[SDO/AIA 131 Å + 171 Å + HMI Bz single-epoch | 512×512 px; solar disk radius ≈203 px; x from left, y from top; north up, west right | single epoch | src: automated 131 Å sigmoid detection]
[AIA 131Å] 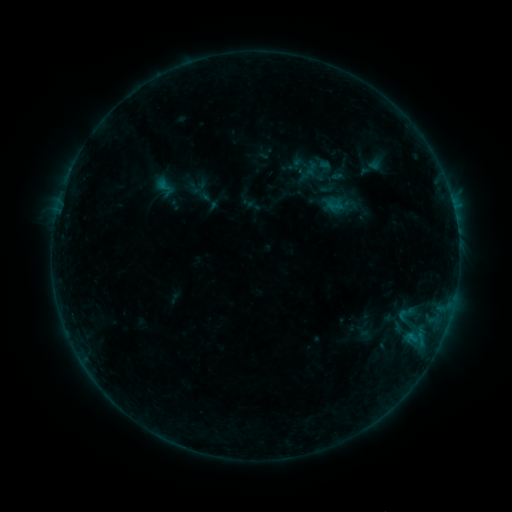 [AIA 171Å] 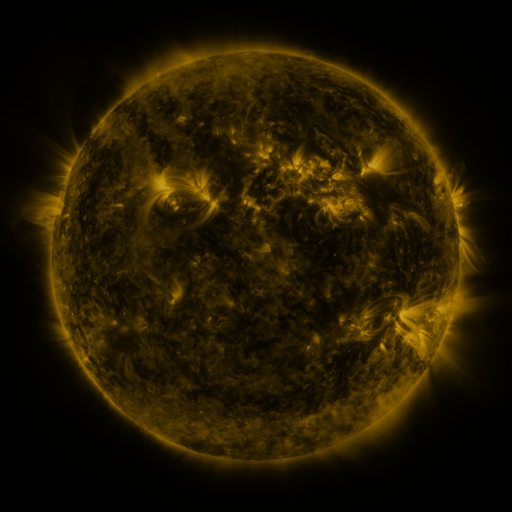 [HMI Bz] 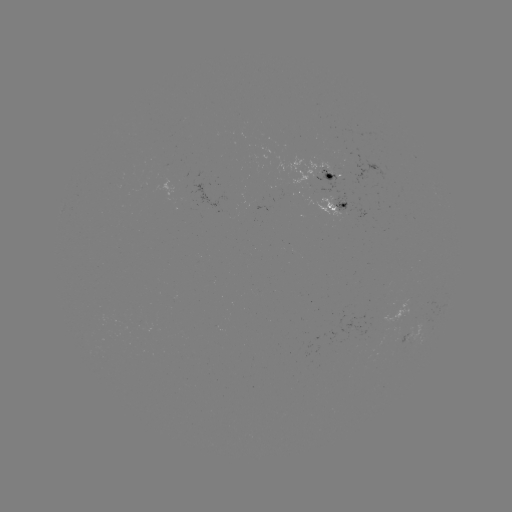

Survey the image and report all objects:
sigmoid: [155, 176, 175, 196]
sigmoid: [396, 302, 416, 327]
